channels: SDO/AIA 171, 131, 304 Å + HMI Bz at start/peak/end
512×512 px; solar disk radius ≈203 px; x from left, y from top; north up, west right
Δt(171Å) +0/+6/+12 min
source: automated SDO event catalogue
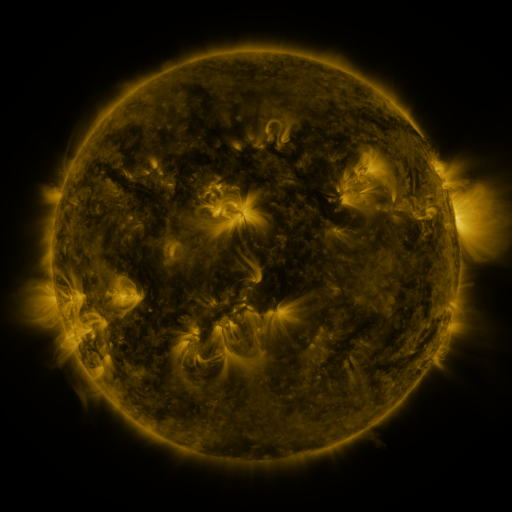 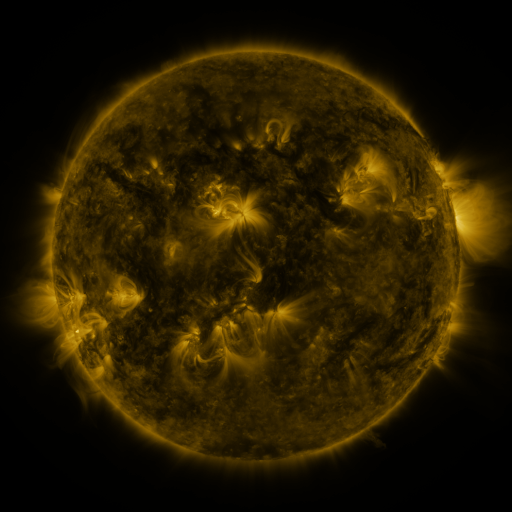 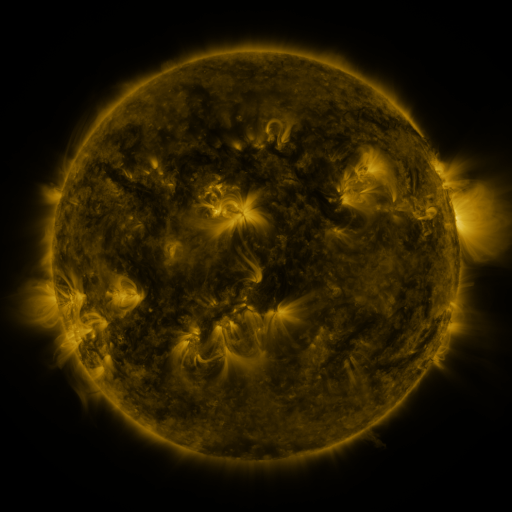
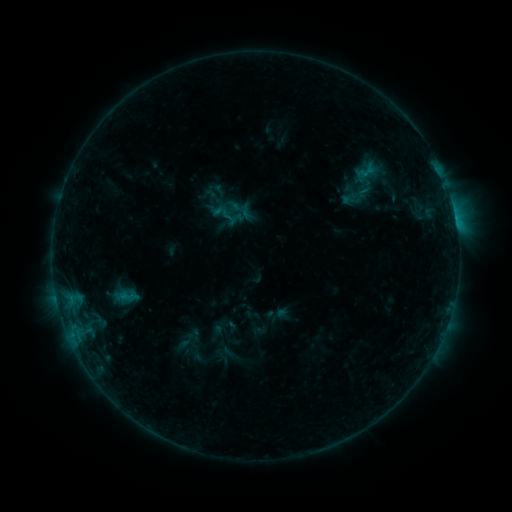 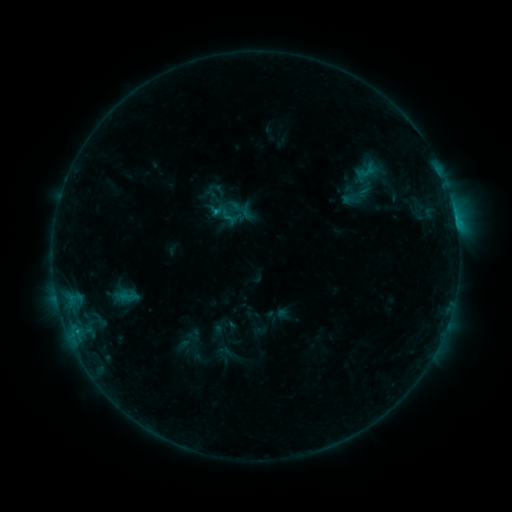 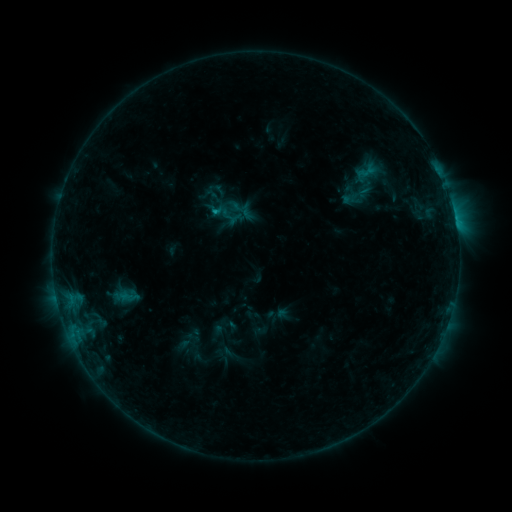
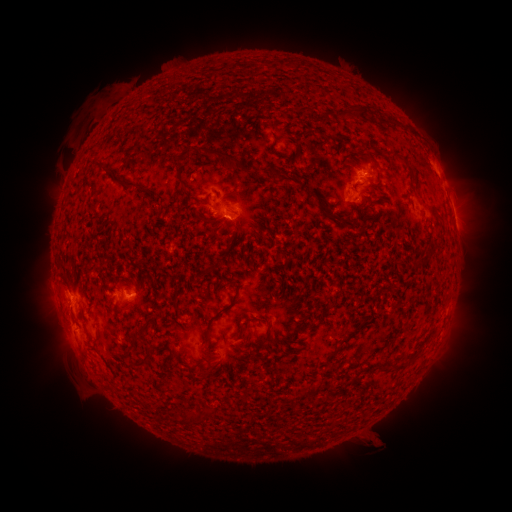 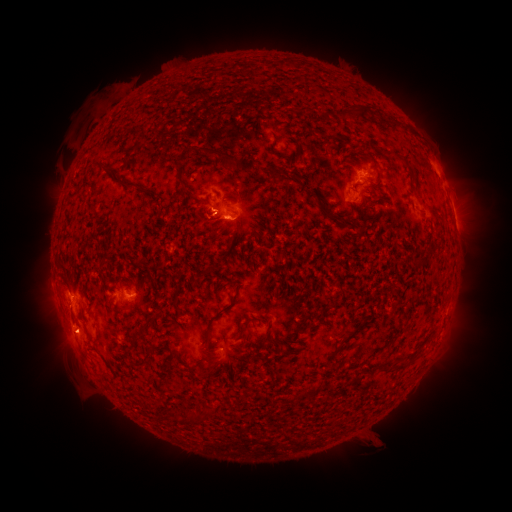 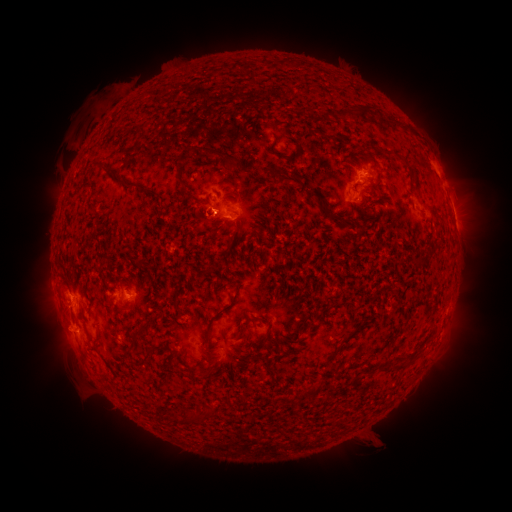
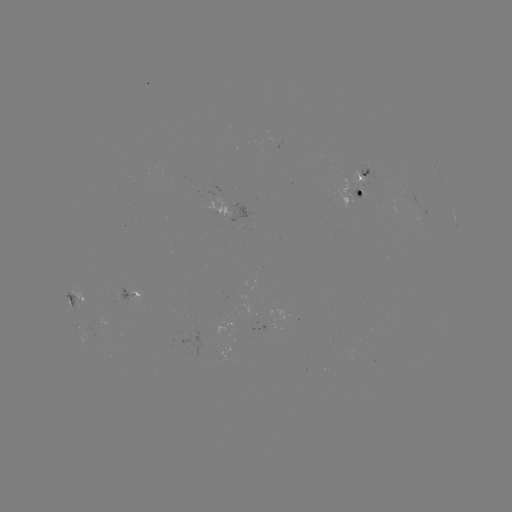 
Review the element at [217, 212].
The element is B6.8 flare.